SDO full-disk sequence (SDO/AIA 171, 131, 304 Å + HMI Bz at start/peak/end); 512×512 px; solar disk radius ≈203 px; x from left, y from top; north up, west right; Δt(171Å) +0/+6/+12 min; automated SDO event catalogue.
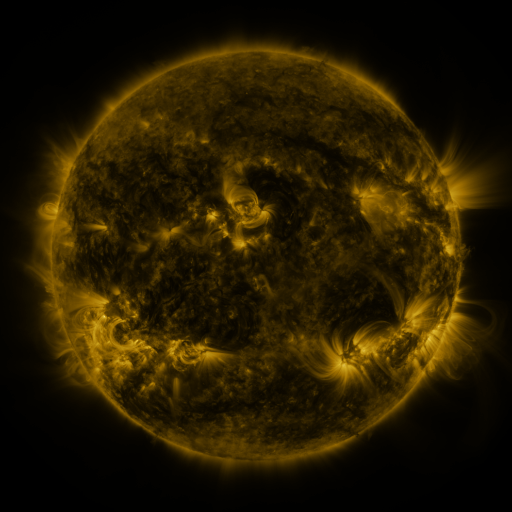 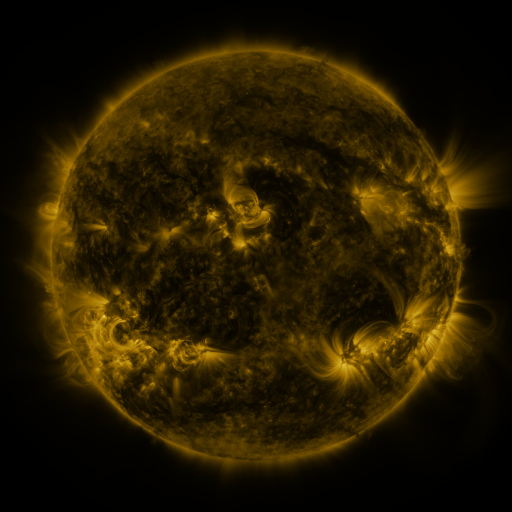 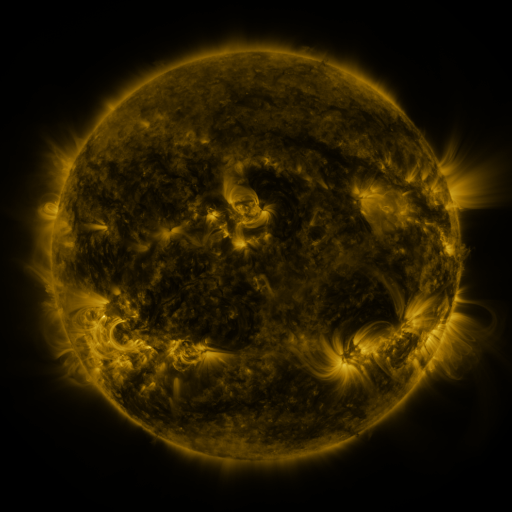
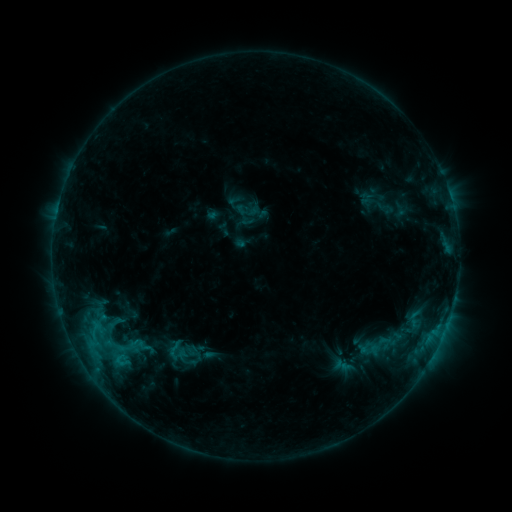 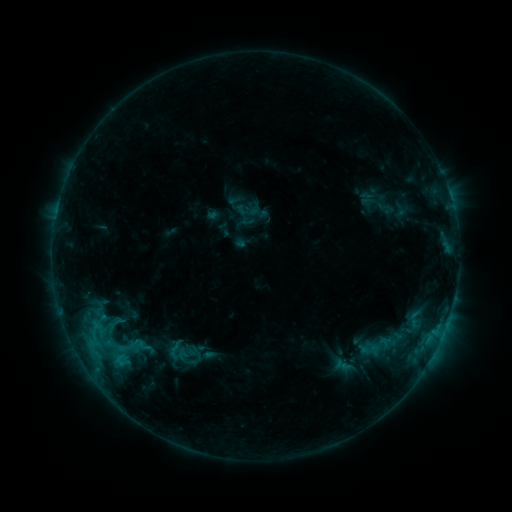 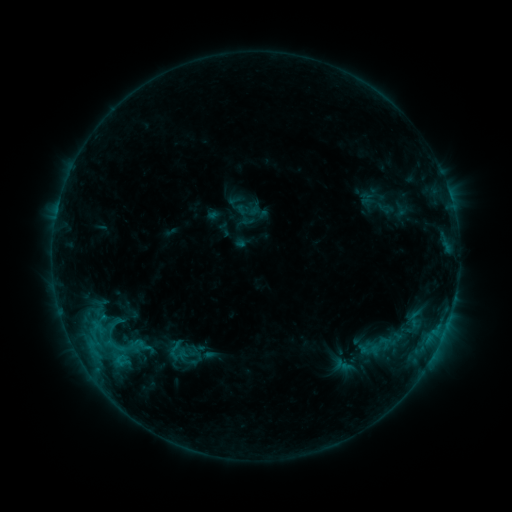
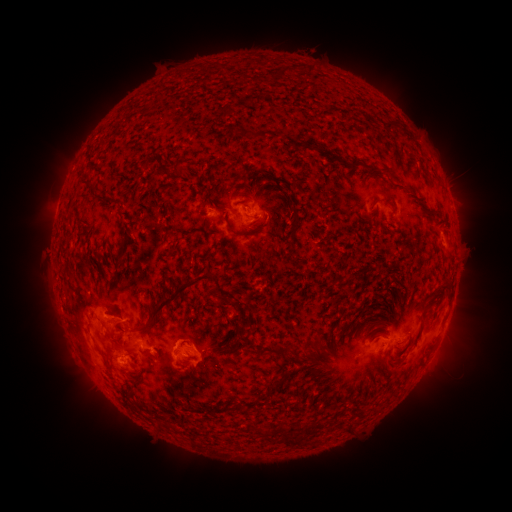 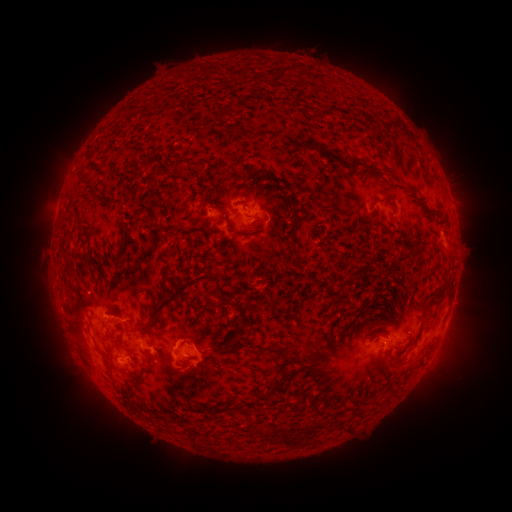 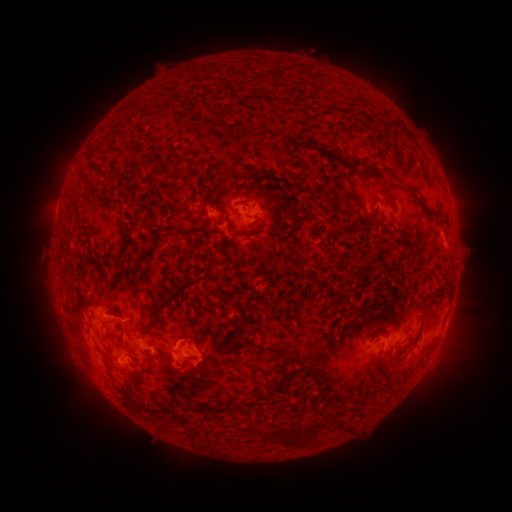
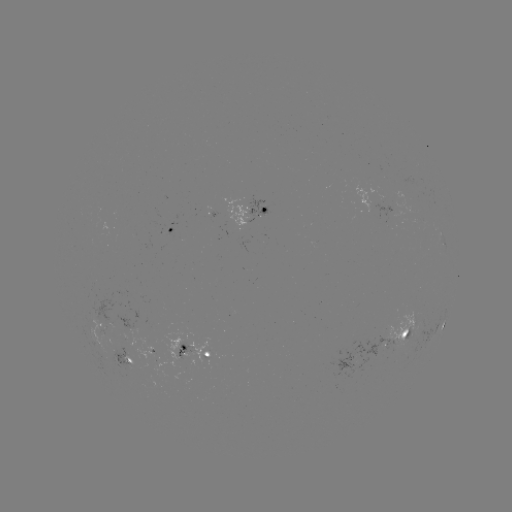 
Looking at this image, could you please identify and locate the eruption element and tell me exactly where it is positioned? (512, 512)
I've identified eruption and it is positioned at (275, 225).